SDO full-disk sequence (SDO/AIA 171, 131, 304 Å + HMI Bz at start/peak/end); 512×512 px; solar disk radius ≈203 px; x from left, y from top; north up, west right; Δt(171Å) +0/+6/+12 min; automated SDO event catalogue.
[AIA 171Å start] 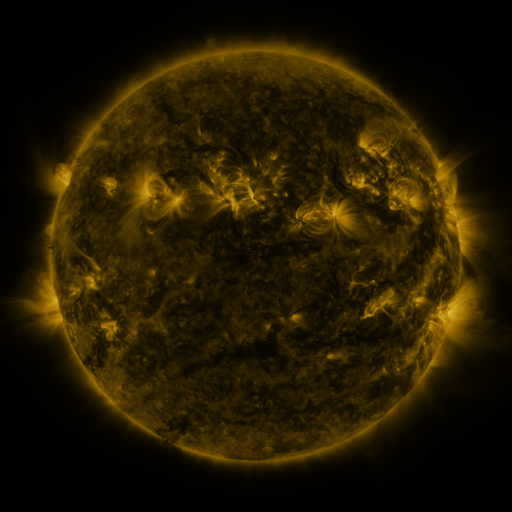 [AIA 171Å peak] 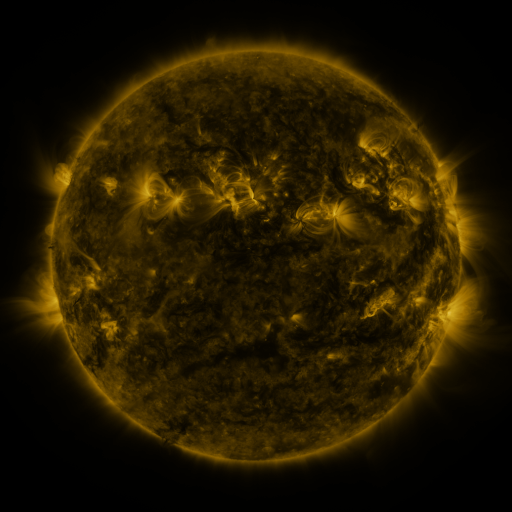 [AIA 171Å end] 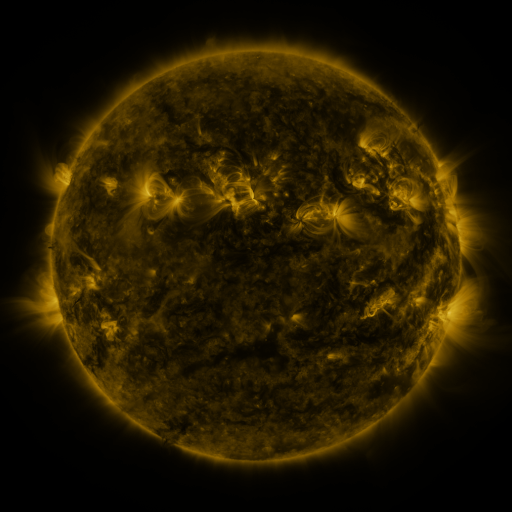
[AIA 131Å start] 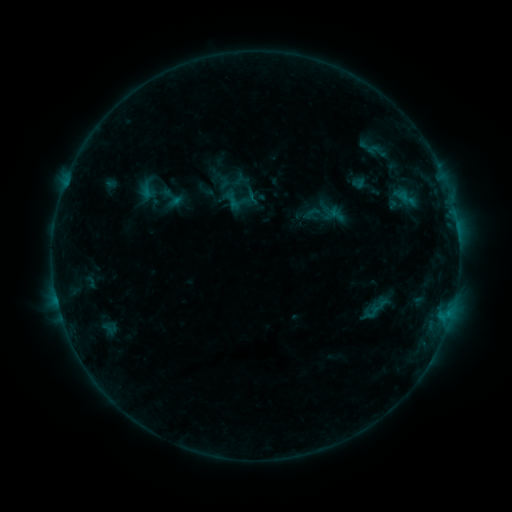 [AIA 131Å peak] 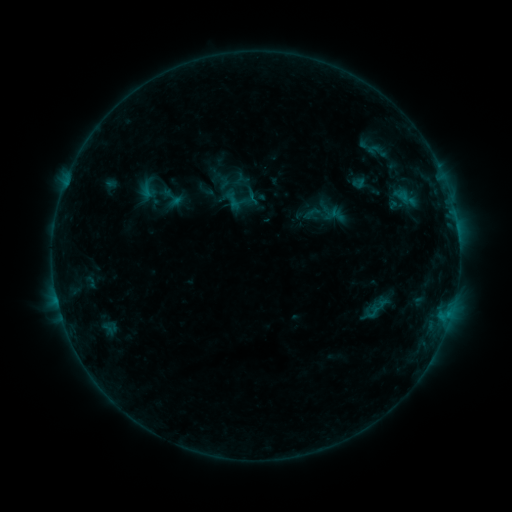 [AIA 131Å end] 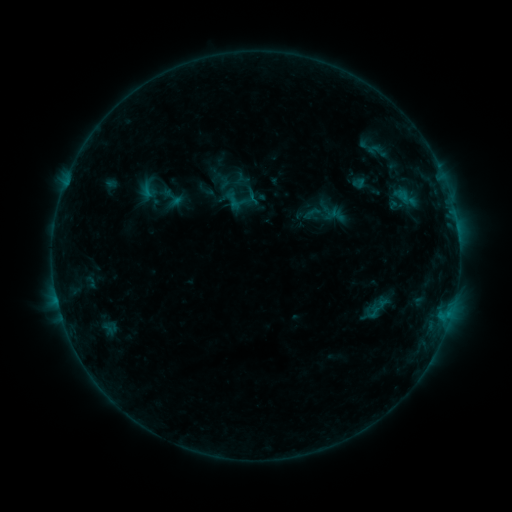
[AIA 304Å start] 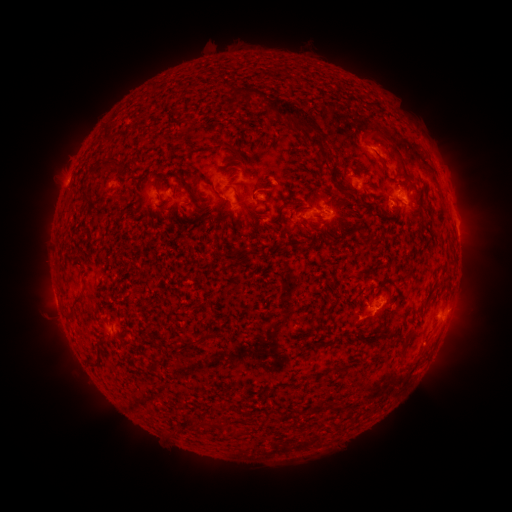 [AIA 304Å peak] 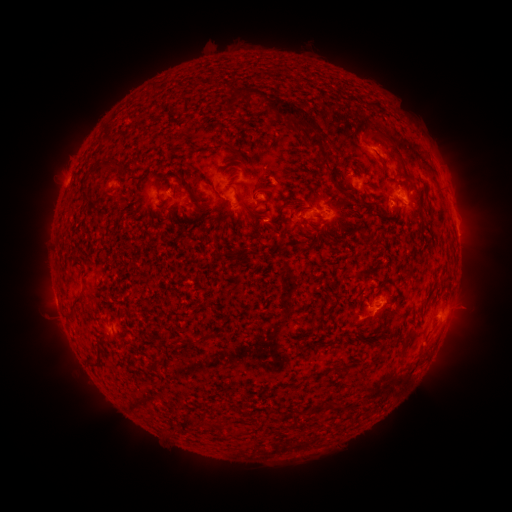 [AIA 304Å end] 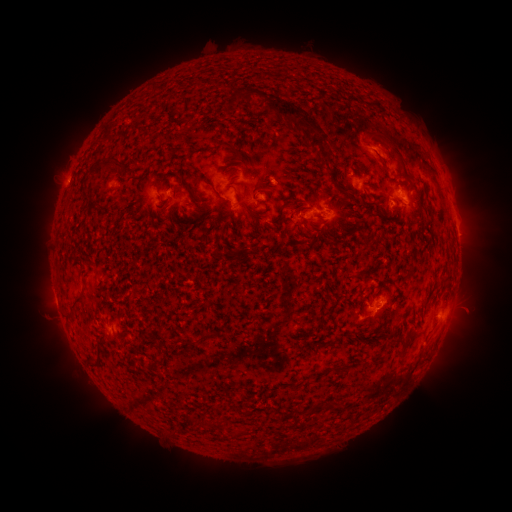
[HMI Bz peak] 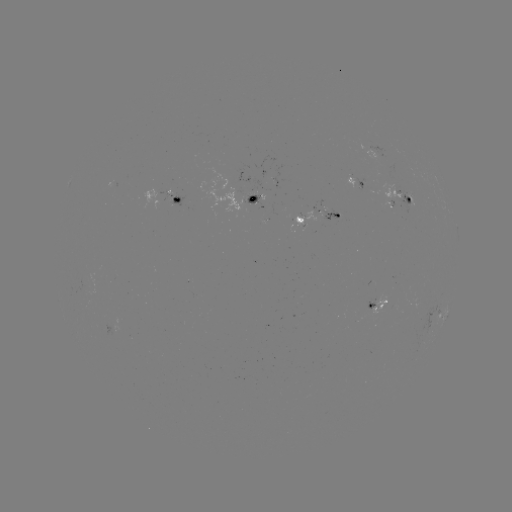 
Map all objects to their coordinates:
eruption: (468, 308)
